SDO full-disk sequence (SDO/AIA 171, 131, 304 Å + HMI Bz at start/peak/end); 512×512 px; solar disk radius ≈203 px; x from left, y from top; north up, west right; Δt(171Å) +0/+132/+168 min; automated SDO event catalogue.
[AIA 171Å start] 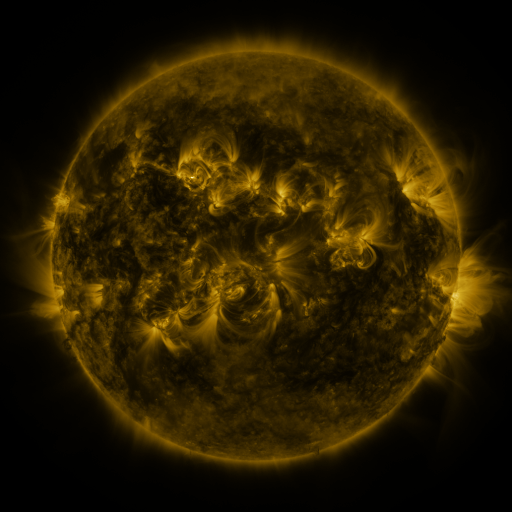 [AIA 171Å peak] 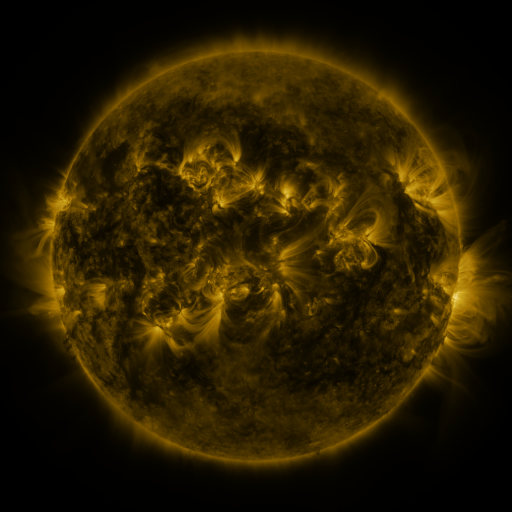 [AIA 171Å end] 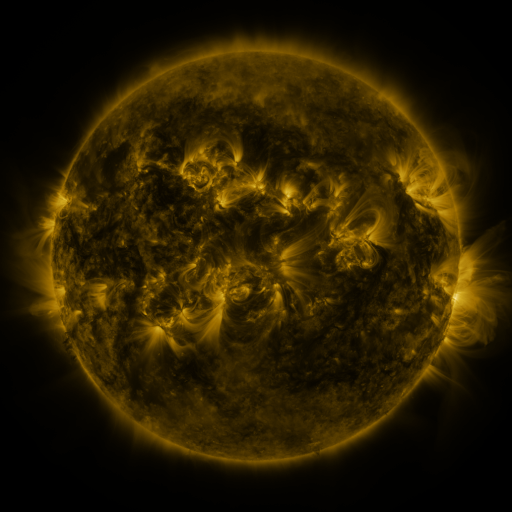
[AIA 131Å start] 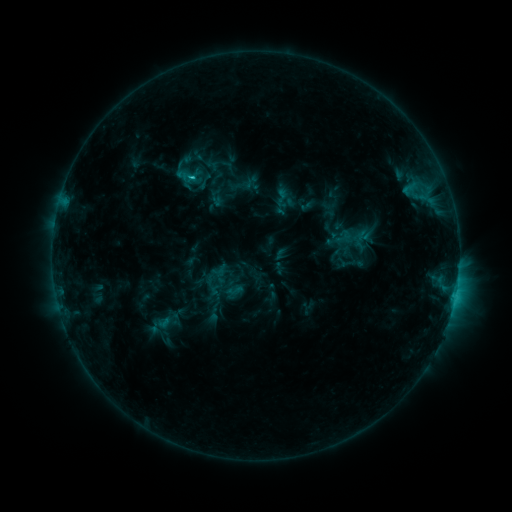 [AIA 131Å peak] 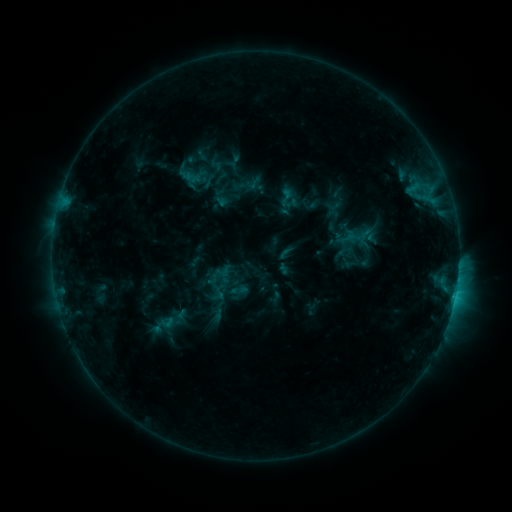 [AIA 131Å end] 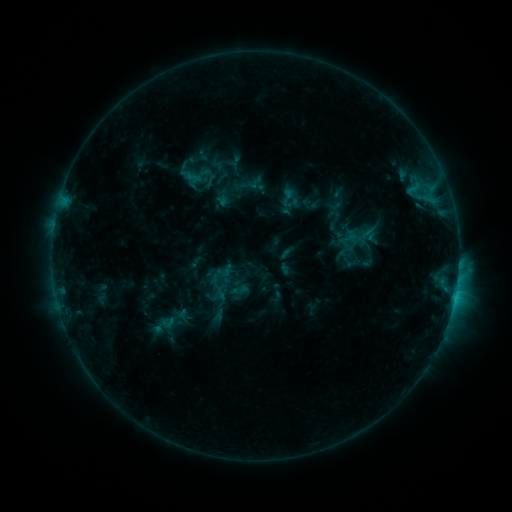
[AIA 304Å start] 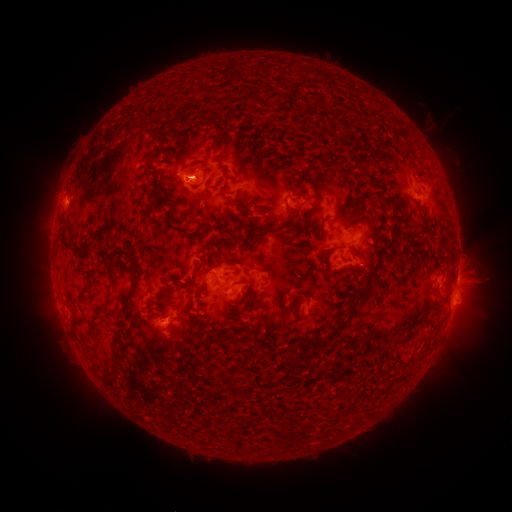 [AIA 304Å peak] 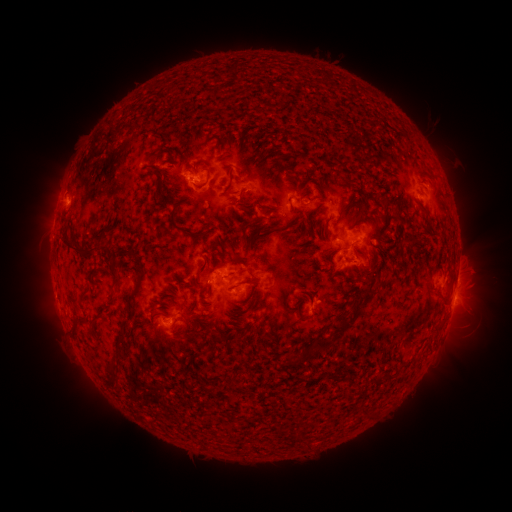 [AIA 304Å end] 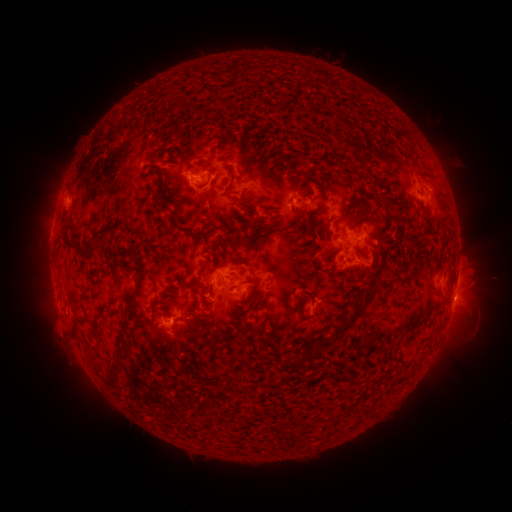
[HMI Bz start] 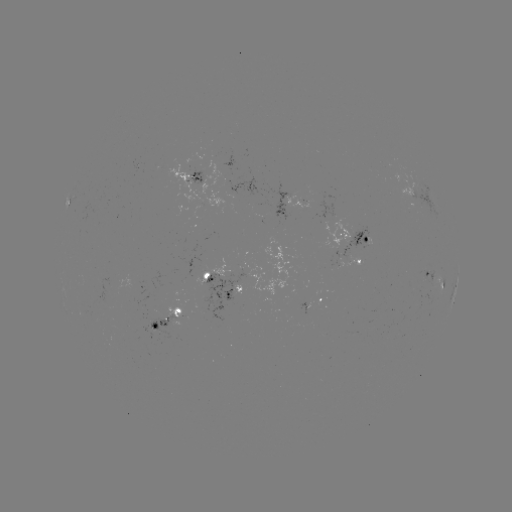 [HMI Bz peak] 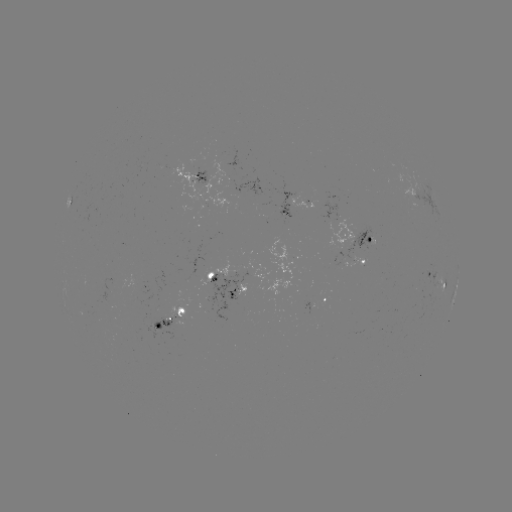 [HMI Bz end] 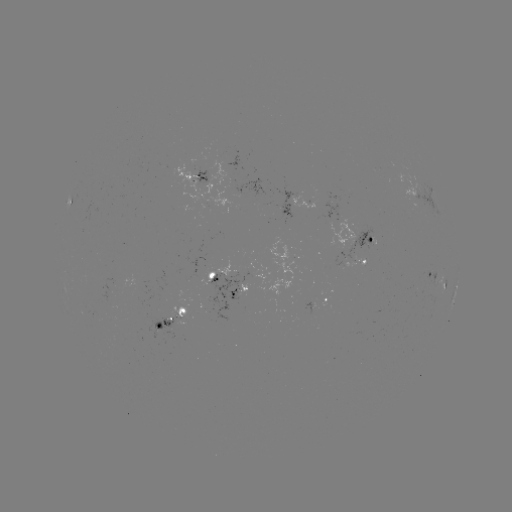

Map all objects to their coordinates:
emerging-flux region: (165, 322)
